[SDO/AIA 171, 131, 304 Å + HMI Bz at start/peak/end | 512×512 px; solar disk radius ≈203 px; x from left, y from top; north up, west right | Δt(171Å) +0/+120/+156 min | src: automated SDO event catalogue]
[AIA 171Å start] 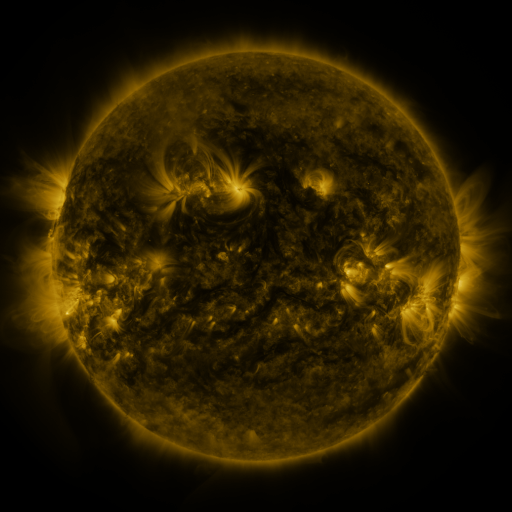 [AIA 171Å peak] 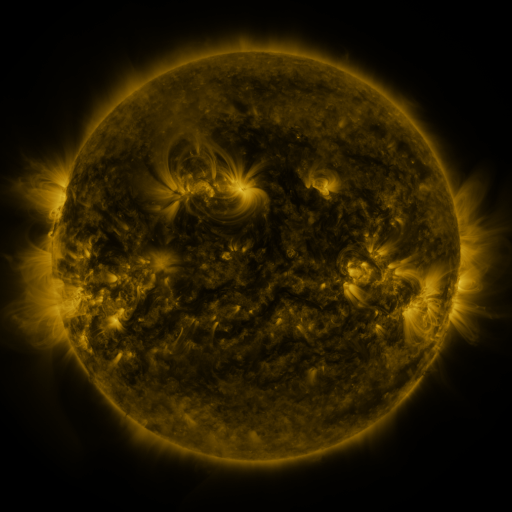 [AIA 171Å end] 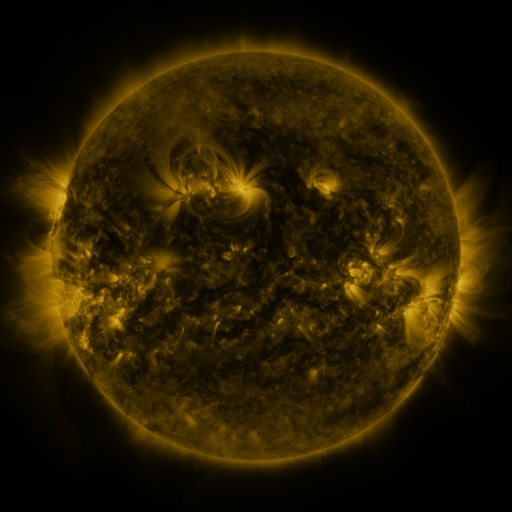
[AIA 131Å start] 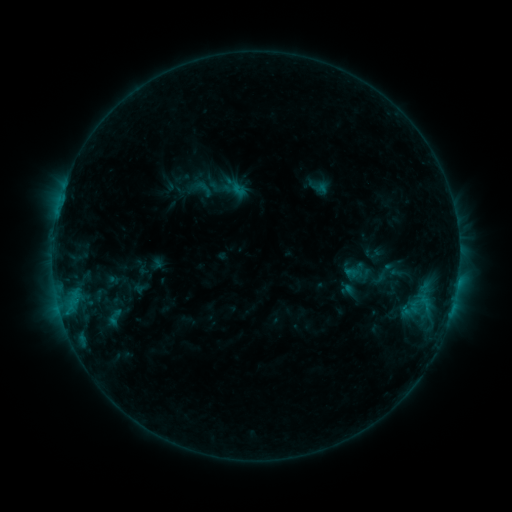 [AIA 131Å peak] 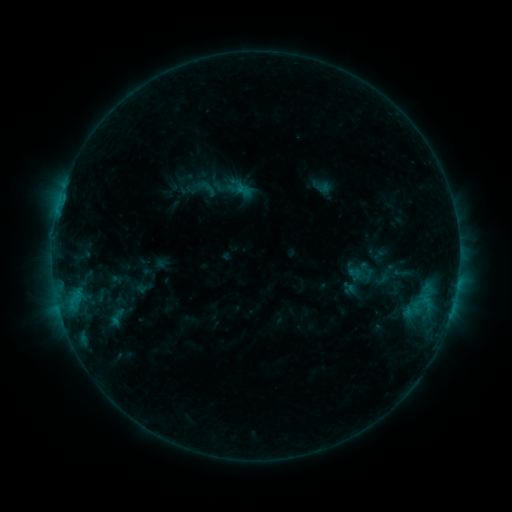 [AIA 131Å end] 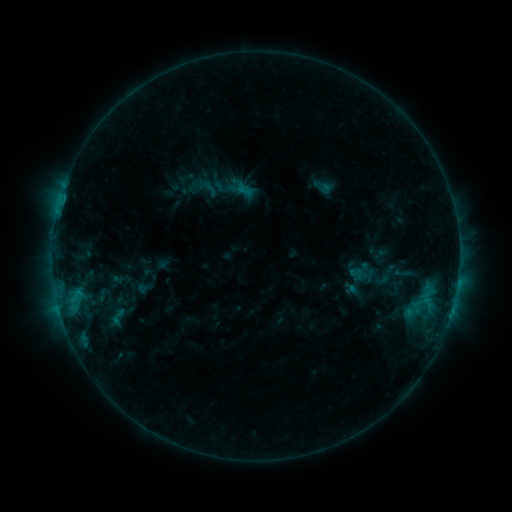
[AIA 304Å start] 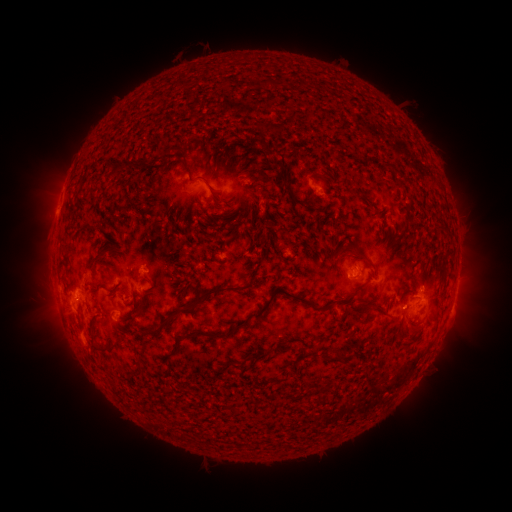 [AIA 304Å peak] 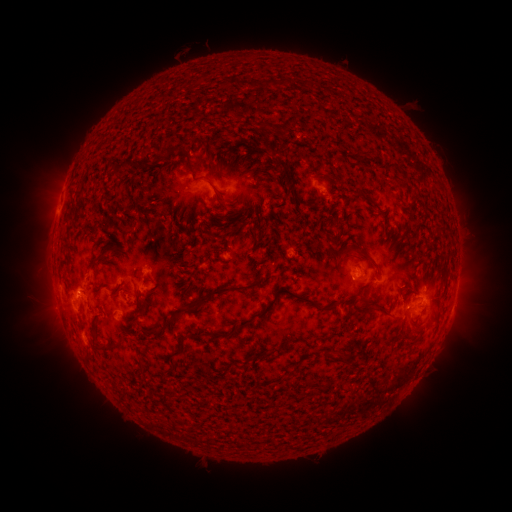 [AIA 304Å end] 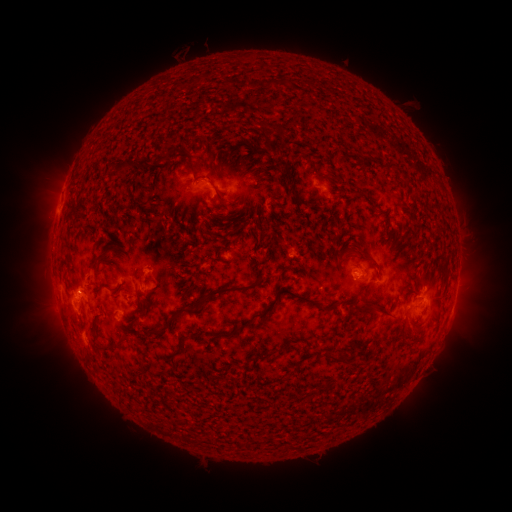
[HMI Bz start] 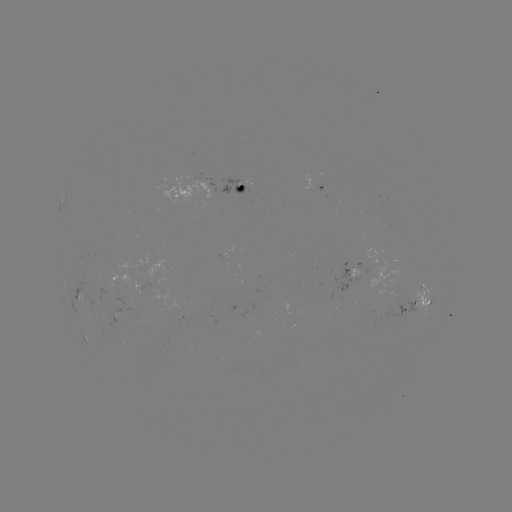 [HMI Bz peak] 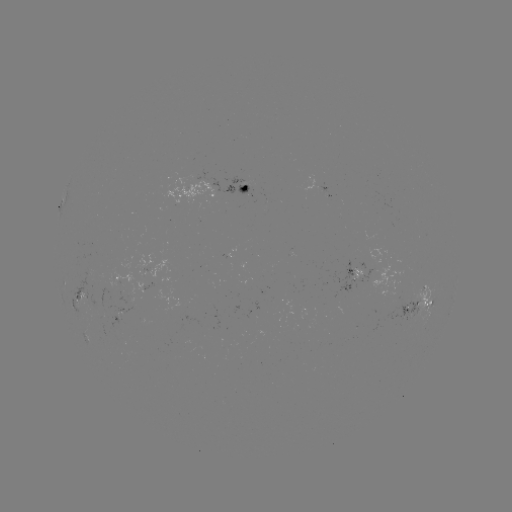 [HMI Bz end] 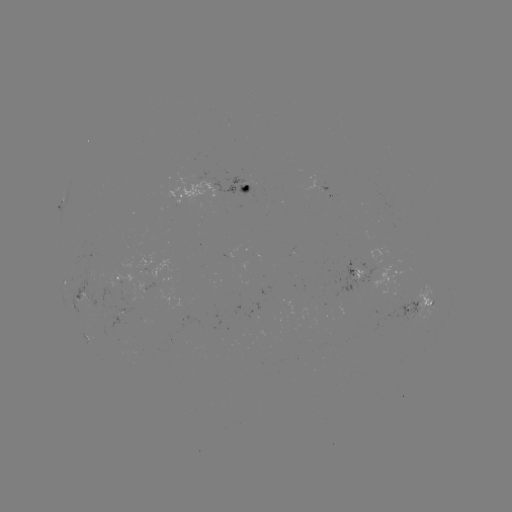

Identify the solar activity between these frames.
emerging-flux region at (313, 184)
